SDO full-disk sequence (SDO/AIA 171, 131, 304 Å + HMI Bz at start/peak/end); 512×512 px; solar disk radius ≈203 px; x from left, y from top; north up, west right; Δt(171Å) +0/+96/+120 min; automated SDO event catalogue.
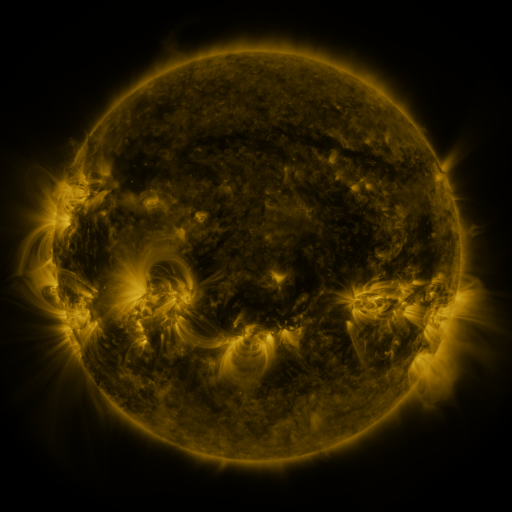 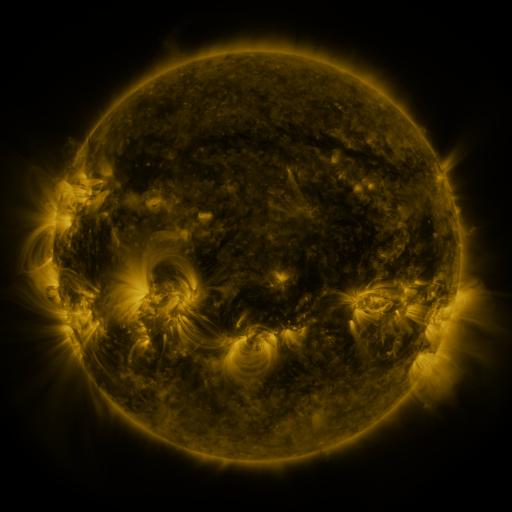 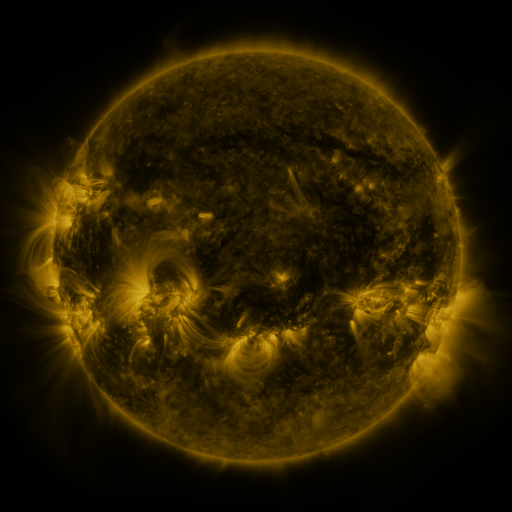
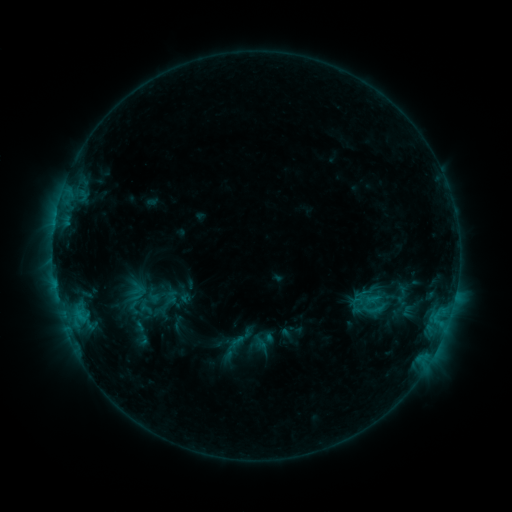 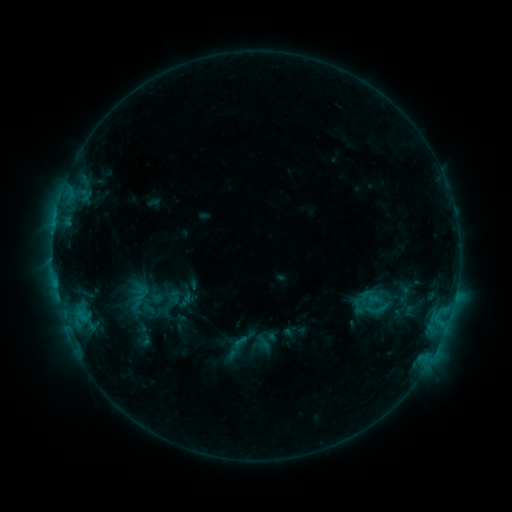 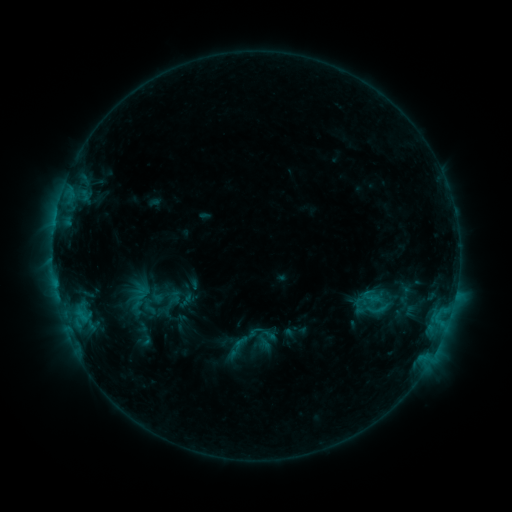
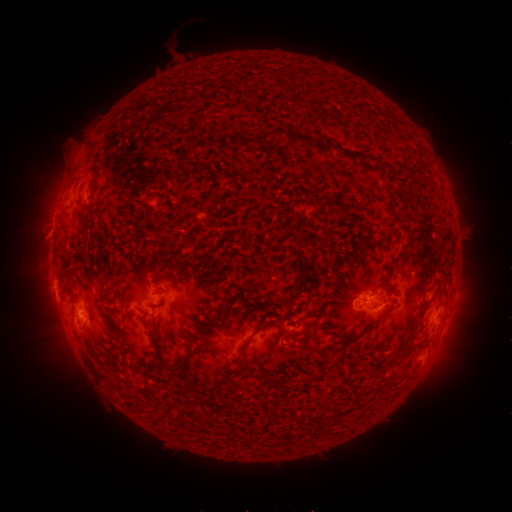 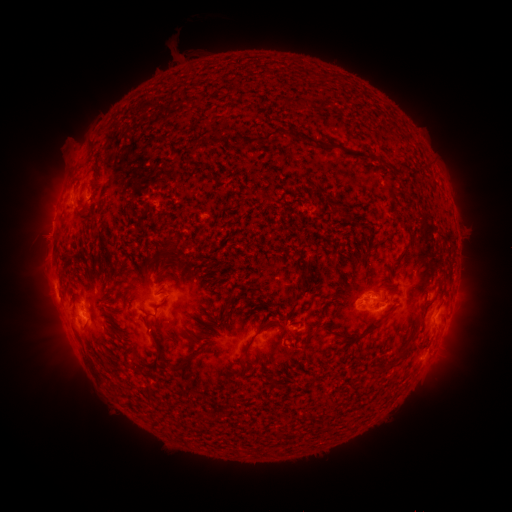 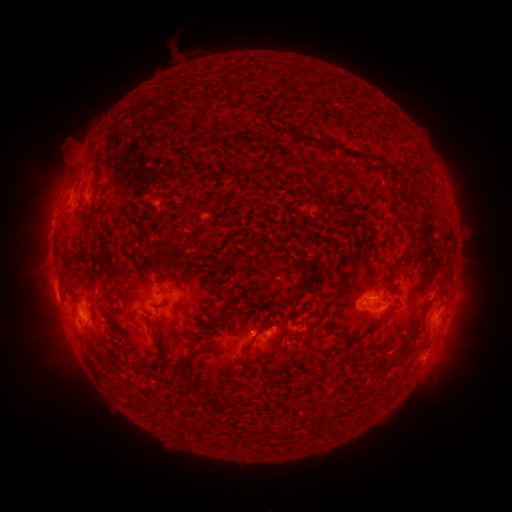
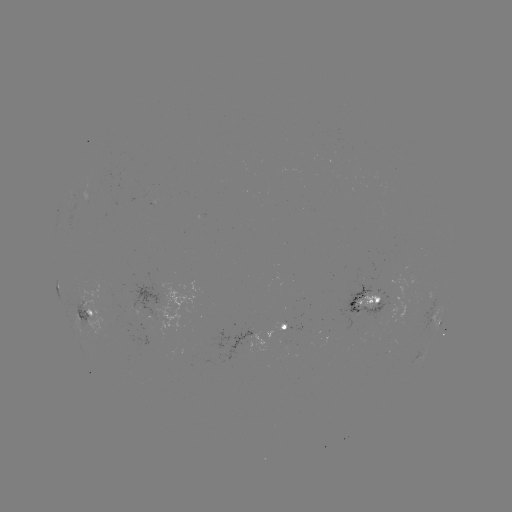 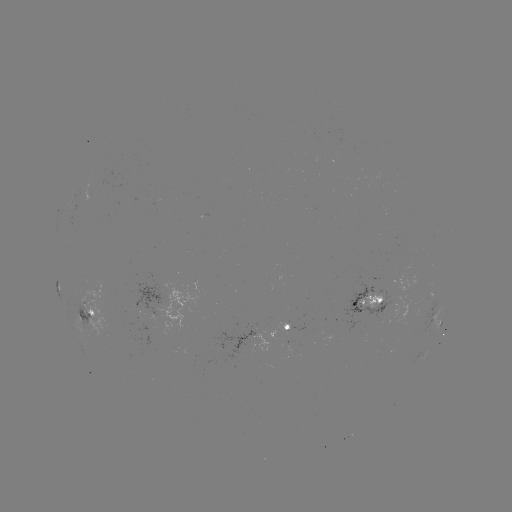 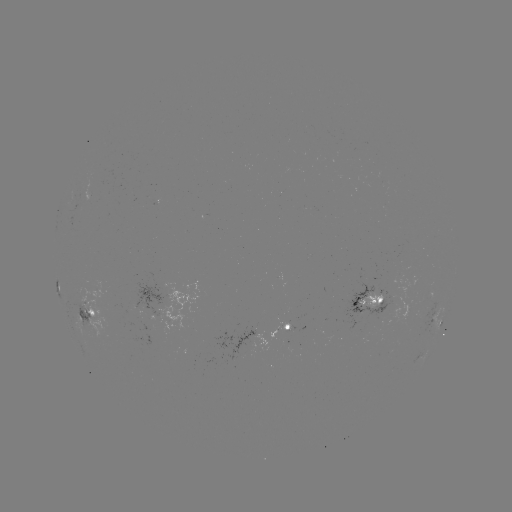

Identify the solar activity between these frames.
emerging-flux region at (142, 319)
